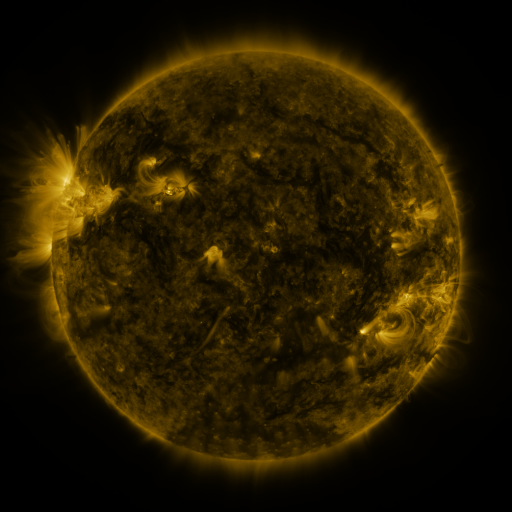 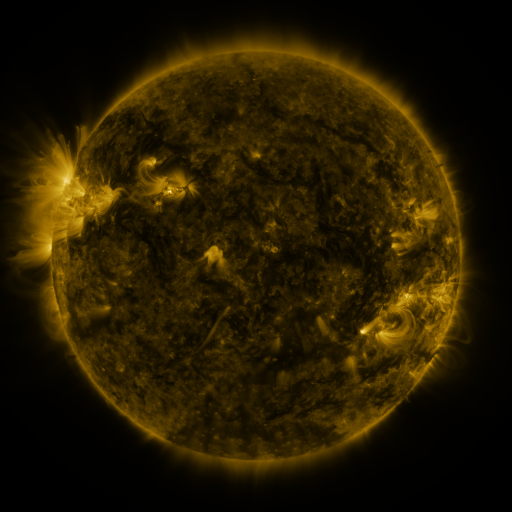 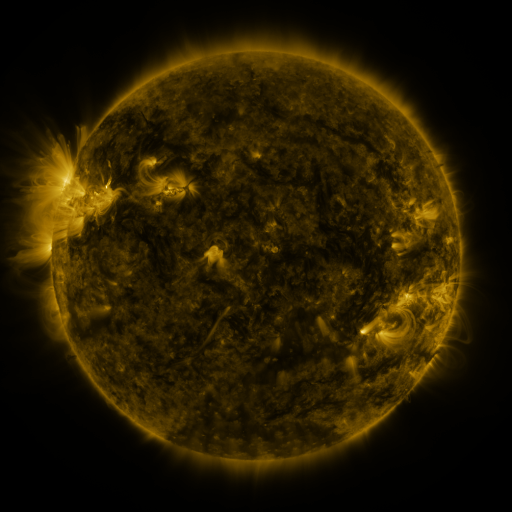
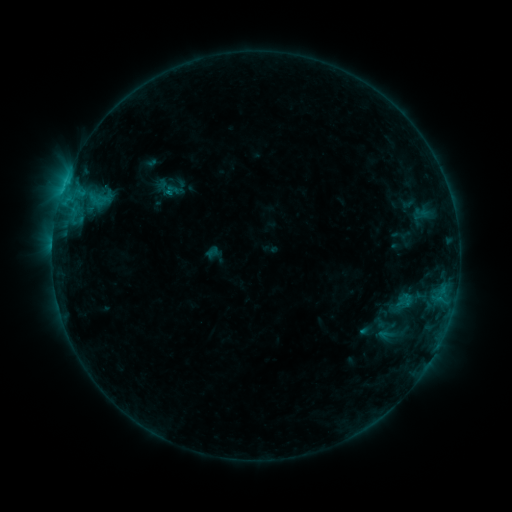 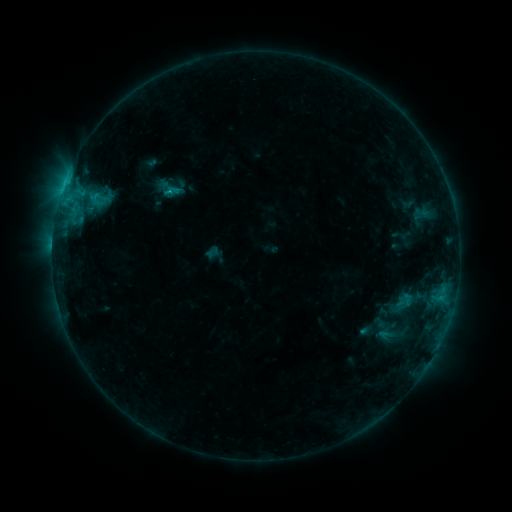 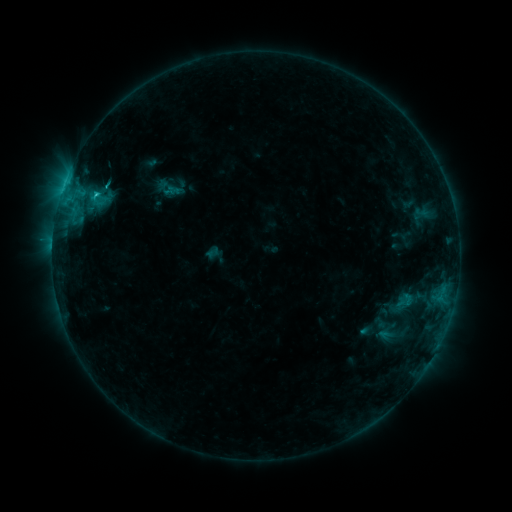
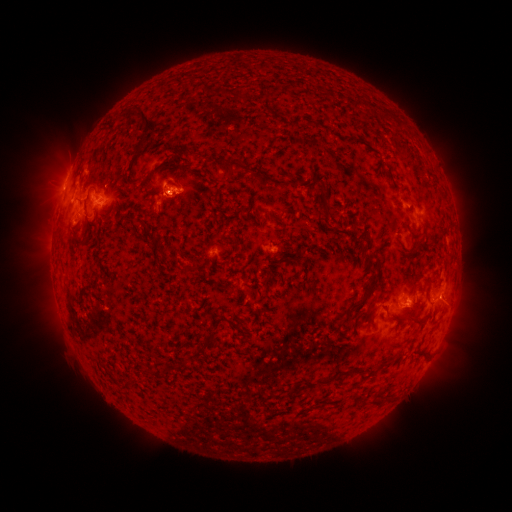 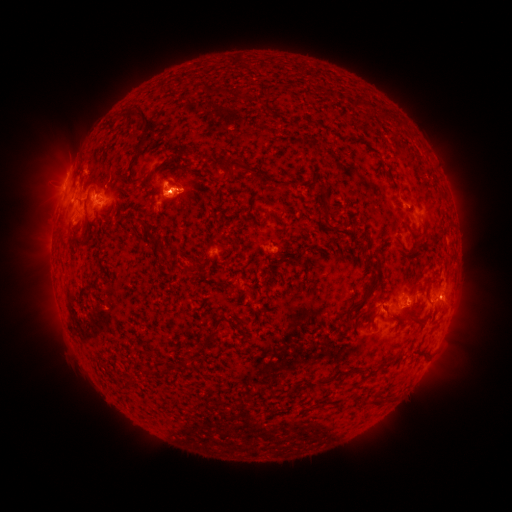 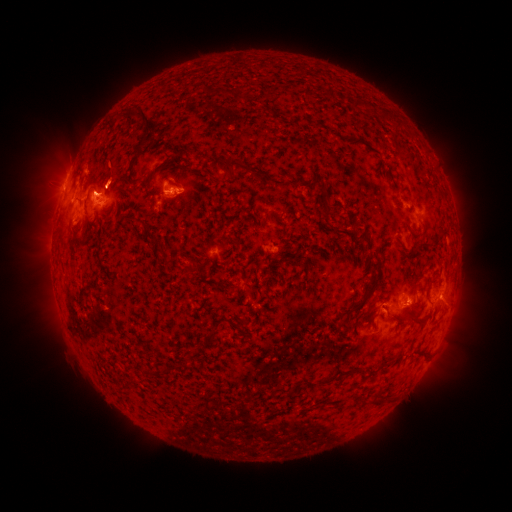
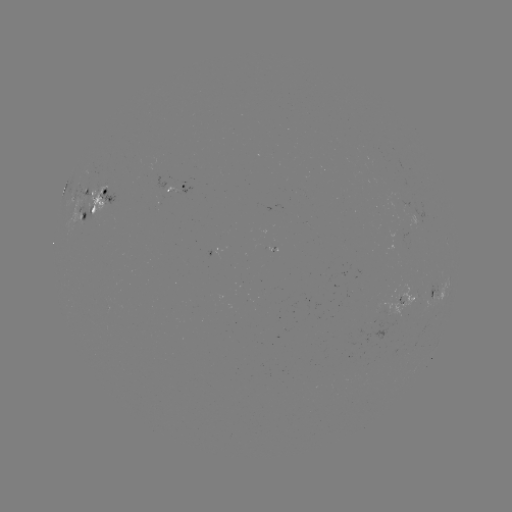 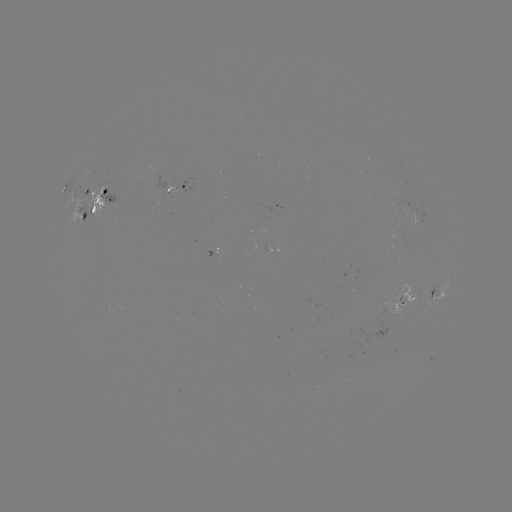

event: flare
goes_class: C1.6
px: (172, 192)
